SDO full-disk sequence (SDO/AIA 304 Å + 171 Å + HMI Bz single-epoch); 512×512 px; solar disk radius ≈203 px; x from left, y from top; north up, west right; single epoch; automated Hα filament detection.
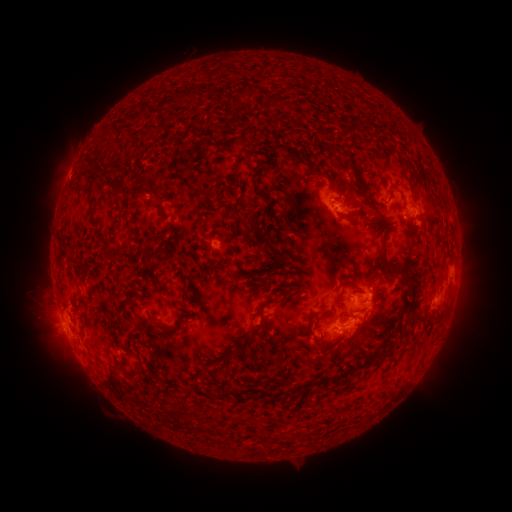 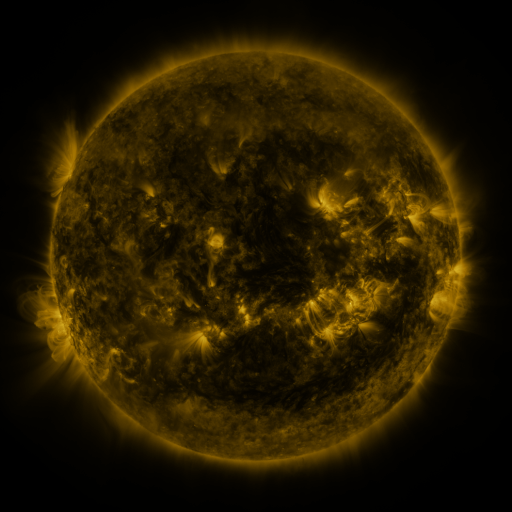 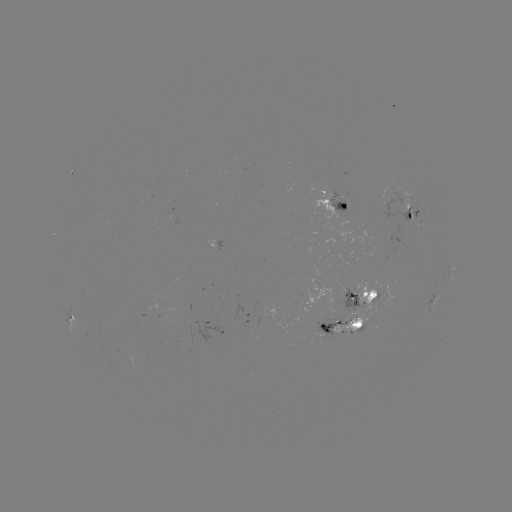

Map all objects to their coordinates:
filament: (181, 92)
filament: (239, 96)
filament: (287, 149)
filament: (266, 156)
filament: (236, 163)
filament: (404, 163)
filament: (321, 173)
filament: (257, 174)
filament: (196, 193)
filament: (87, 200)
filament: (361, 206)
filament: (155, 209)
filament: (246, 217)
filament: (267, 242)
filament: (161, 253)
filament: (383, 253)
filament: (106, 254)
filament: (349, 279)
filament: (303, 287)
filament: (185, 296)
filament: (413, 300)
filament: (263, 306)
filament: (356, 314)
filament: (157, 324)
filament: (324, 324)
filament: (173, 331)
filament: (395, 333)
filament: (252, 346)
filament: (364, 363)
filament: (200, 372)
